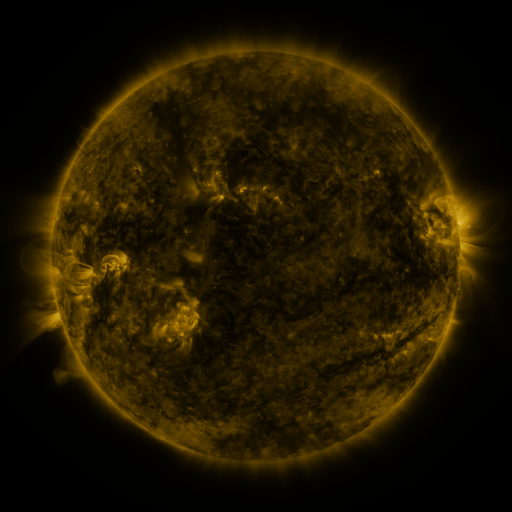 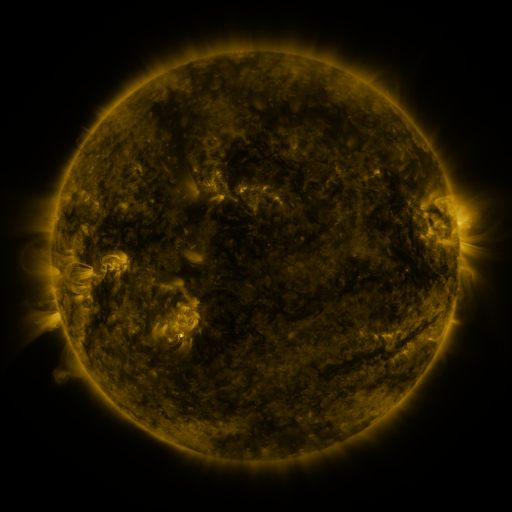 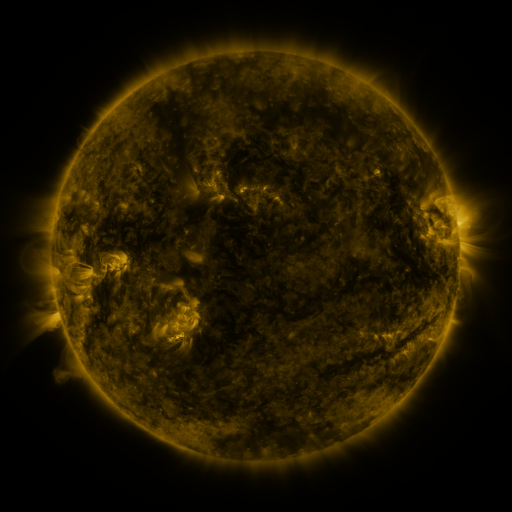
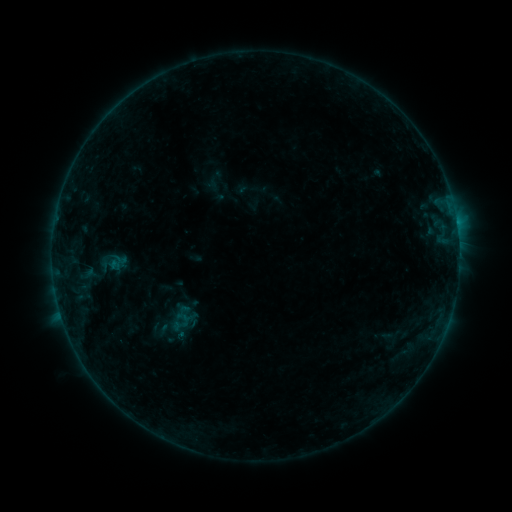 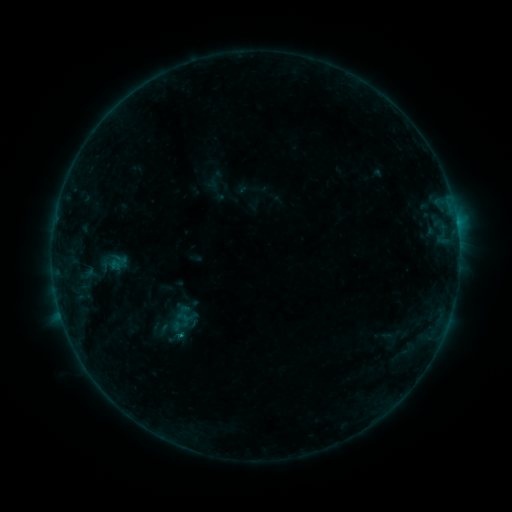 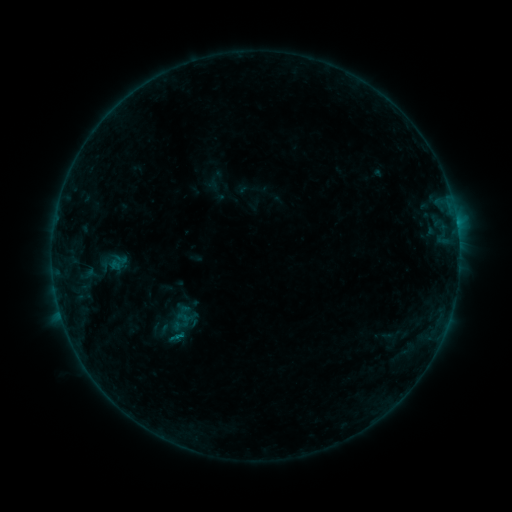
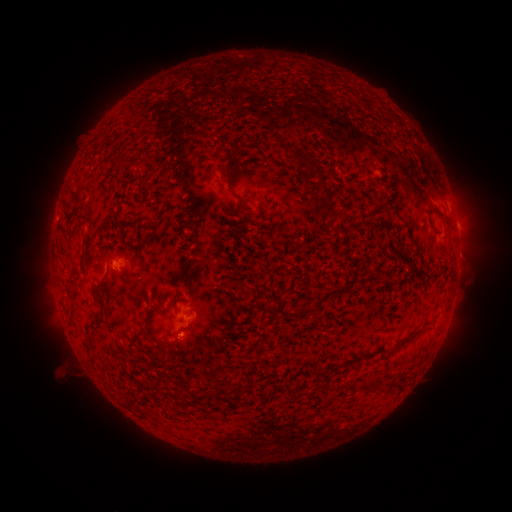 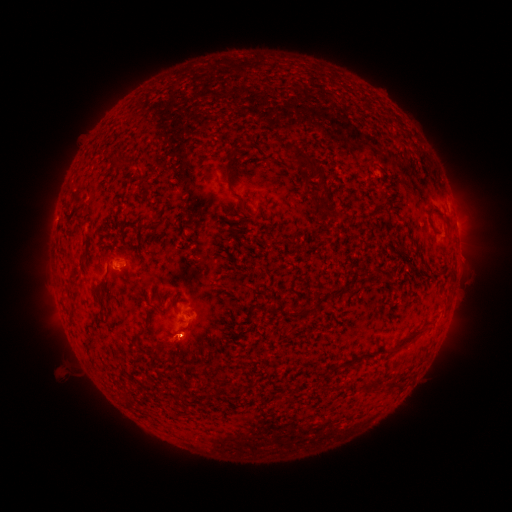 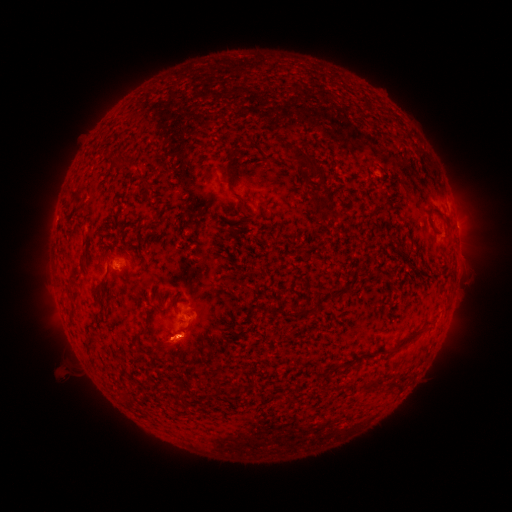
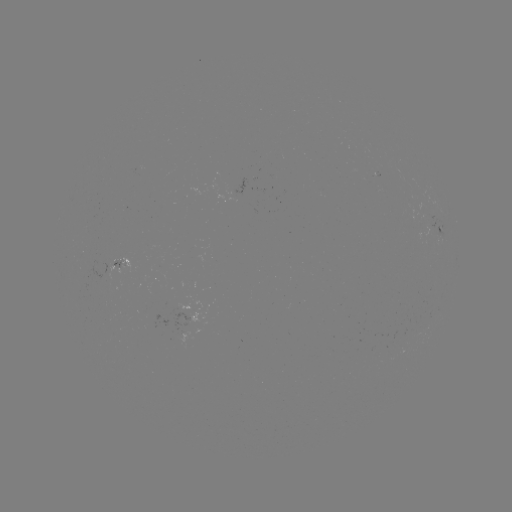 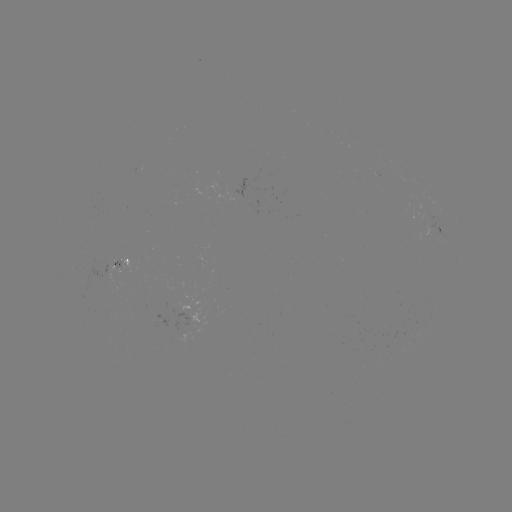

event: flare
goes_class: B2.4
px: (180, 334)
